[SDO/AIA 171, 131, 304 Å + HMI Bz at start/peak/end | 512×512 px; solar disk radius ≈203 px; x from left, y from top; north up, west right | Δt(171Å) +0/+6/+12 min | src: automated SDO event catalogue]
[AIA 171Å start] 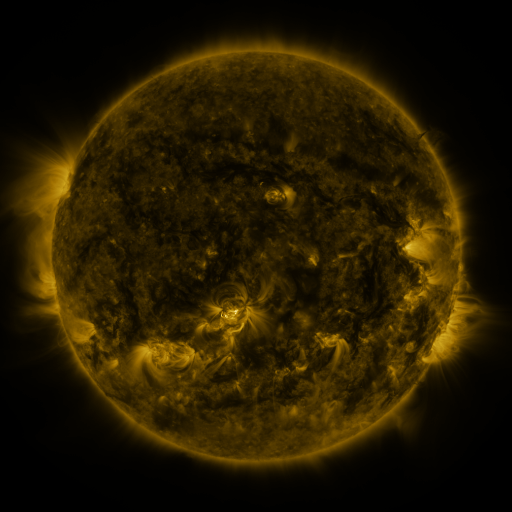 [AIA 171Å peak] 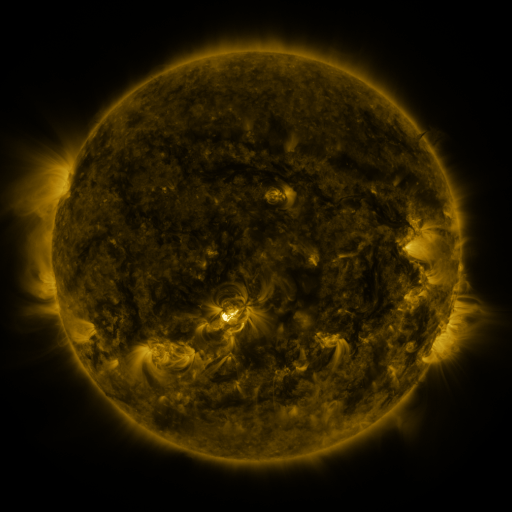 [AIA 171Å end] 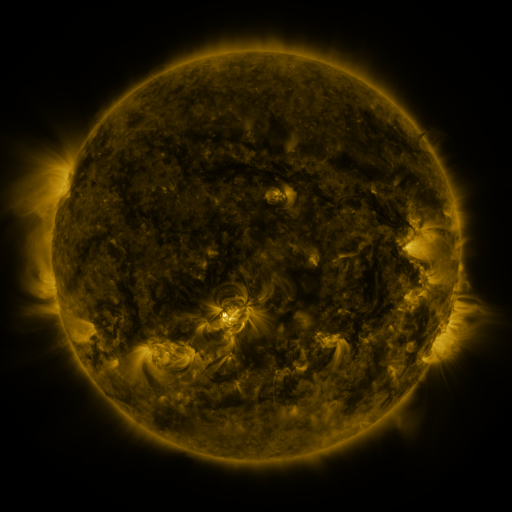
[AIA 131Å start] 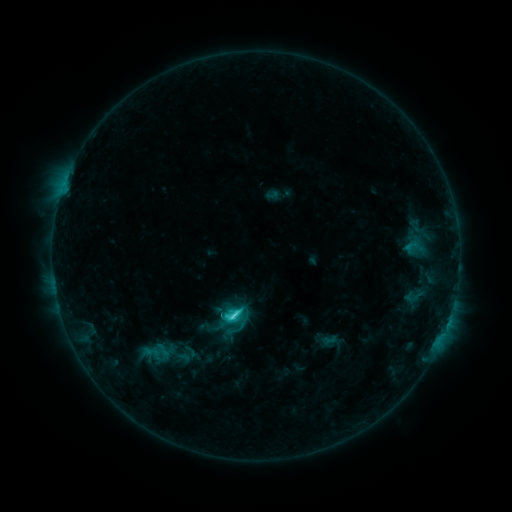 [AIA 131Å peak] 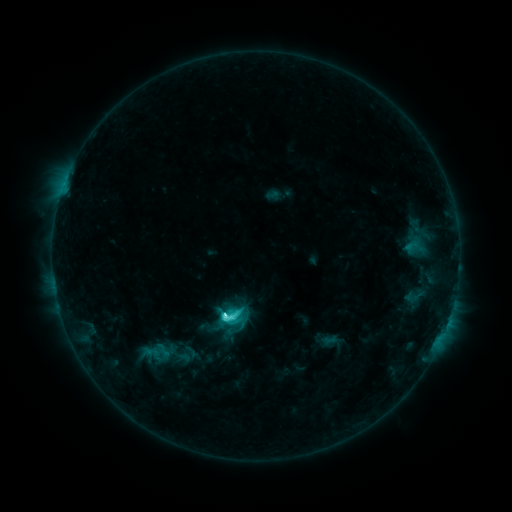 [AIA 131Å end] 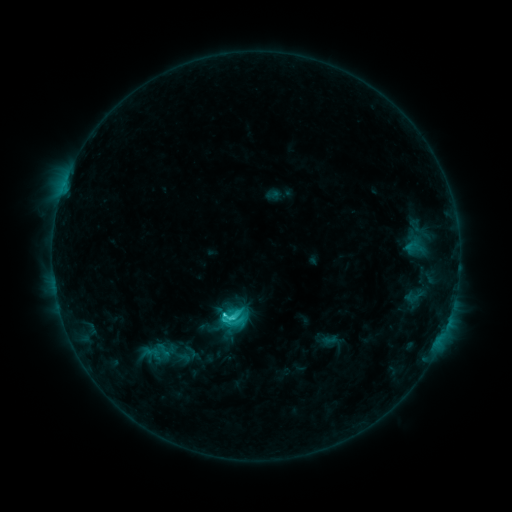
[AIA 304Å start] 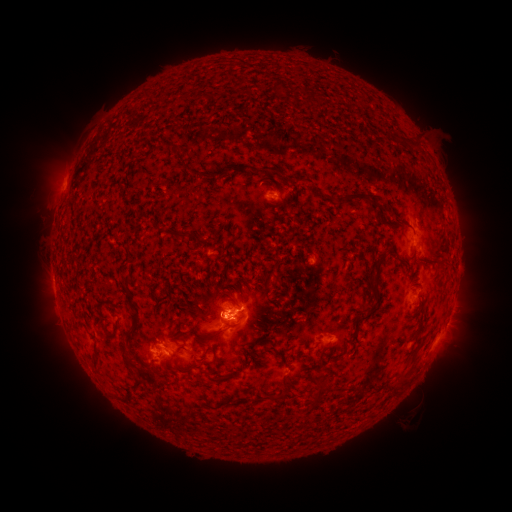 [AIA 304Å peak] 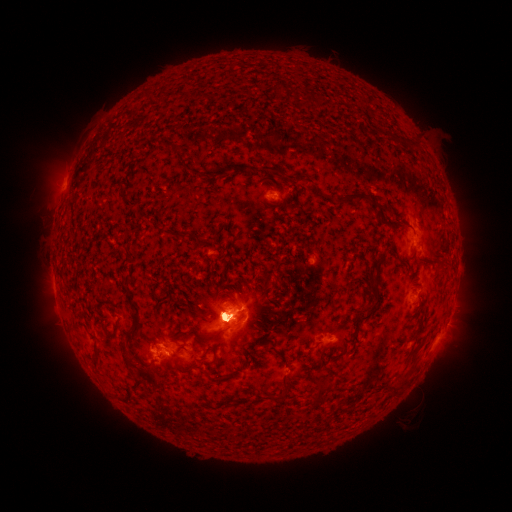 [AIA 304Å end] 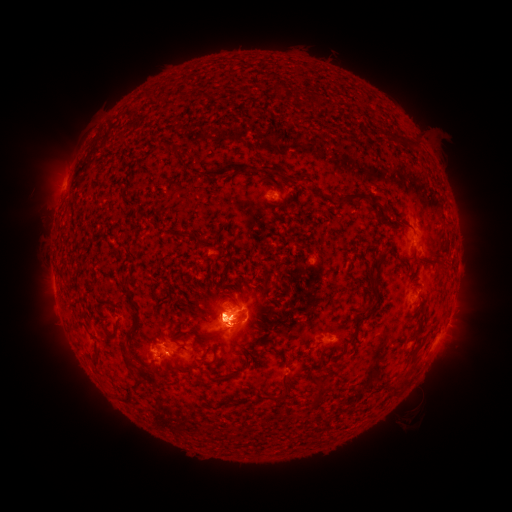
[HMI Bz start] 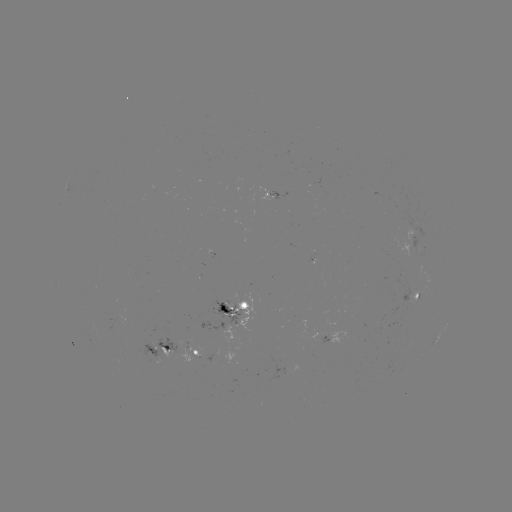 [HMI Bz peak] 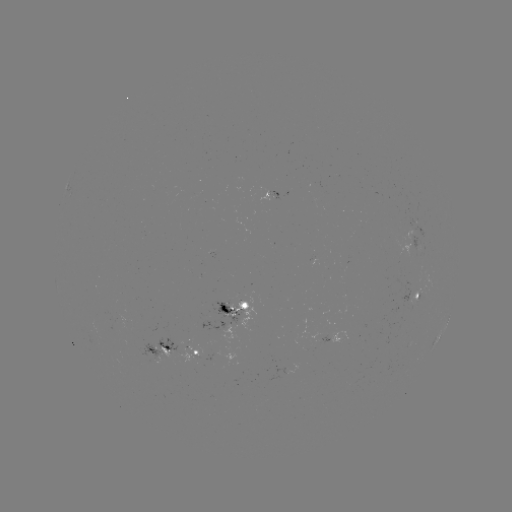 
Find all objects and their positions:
eruption: (449, 353)
